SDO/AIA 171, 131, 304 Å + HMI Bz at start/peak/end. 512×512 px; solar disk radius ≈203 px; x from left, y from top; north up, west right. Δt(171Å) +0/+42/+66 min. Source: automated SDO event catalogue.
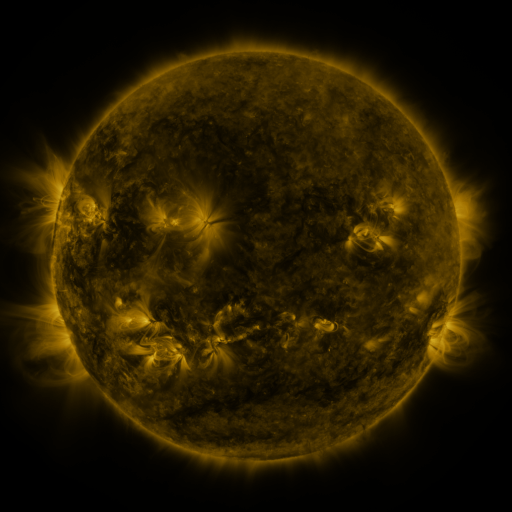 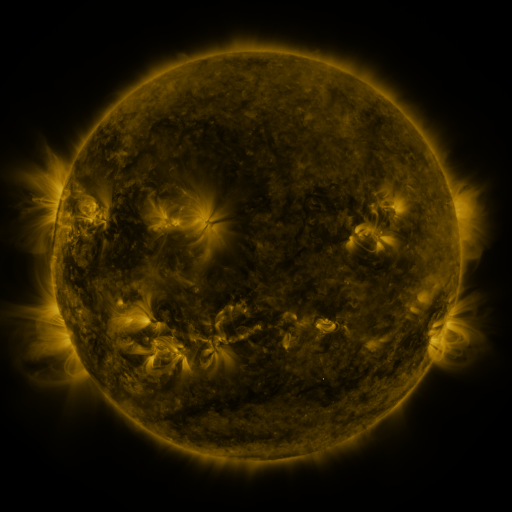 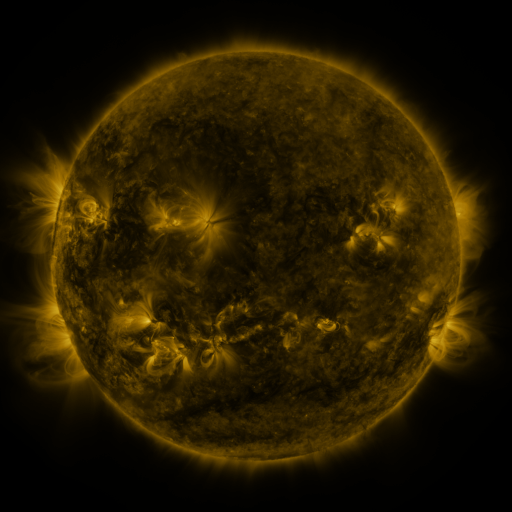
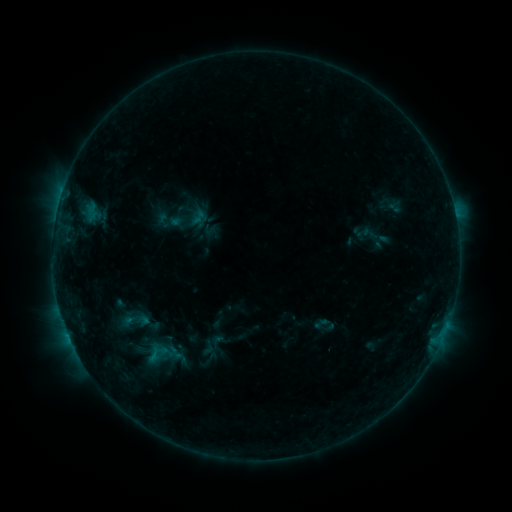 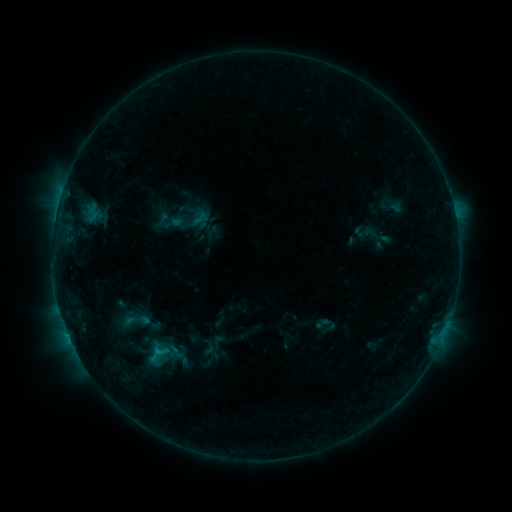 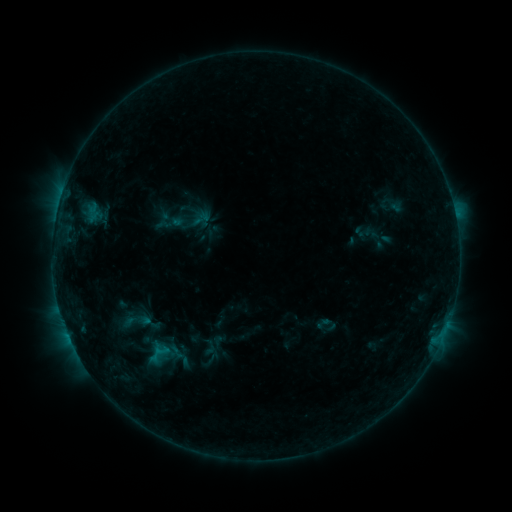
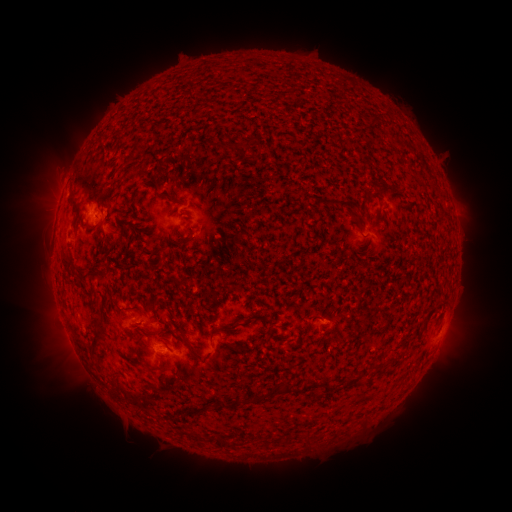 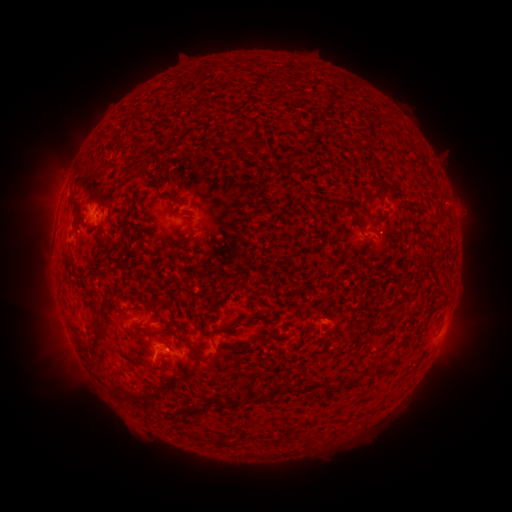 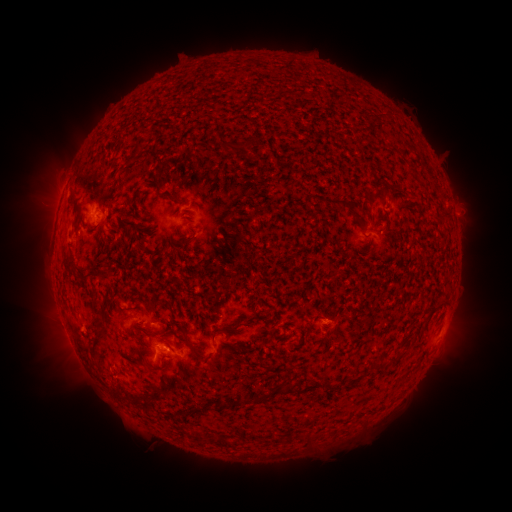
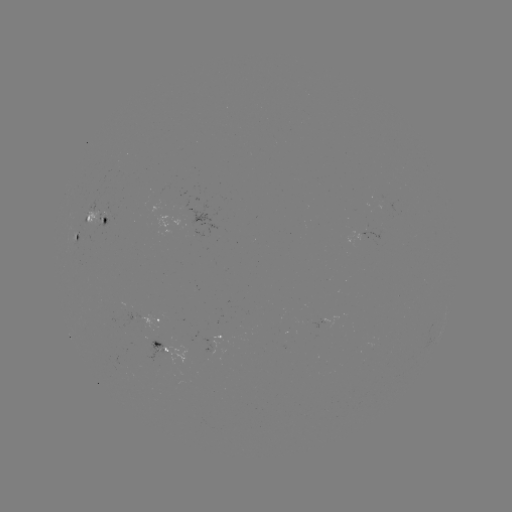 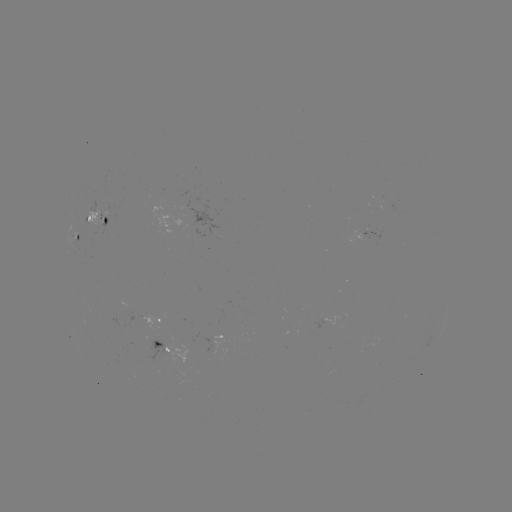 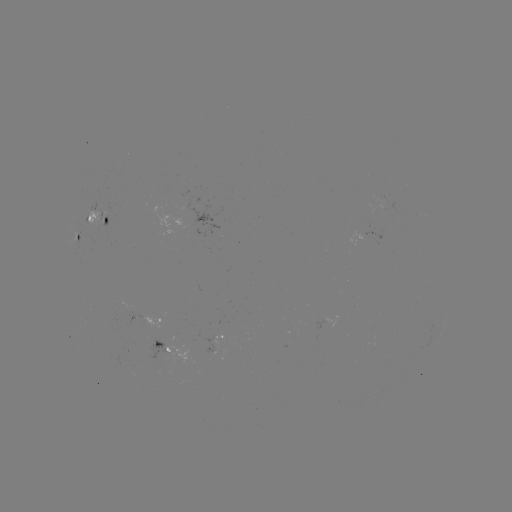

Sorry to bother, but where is B7.5 flare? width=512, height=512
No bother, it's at [160, 351].